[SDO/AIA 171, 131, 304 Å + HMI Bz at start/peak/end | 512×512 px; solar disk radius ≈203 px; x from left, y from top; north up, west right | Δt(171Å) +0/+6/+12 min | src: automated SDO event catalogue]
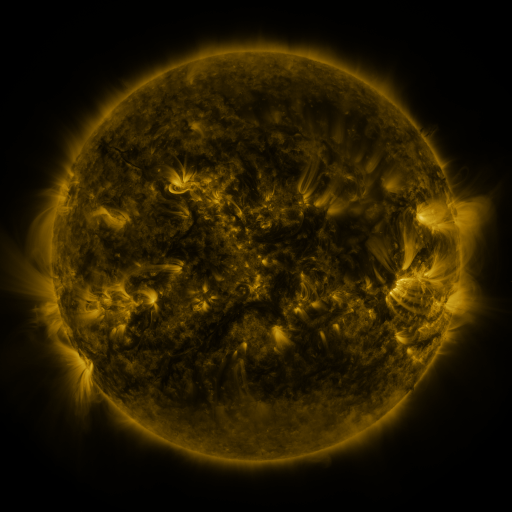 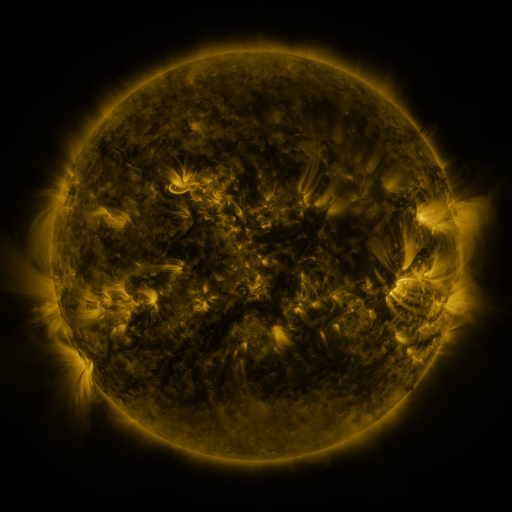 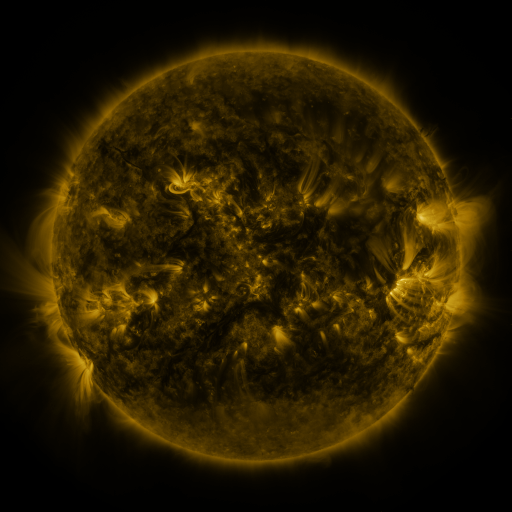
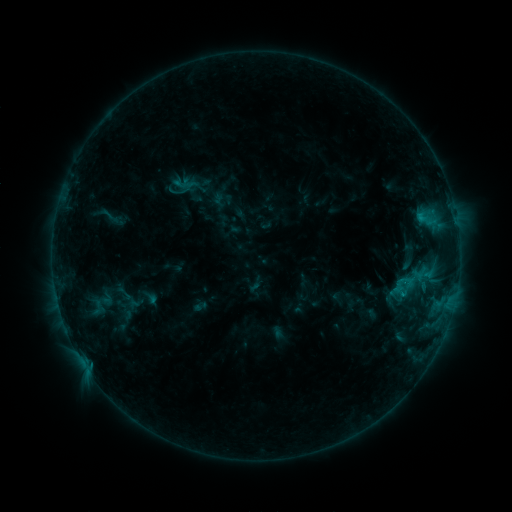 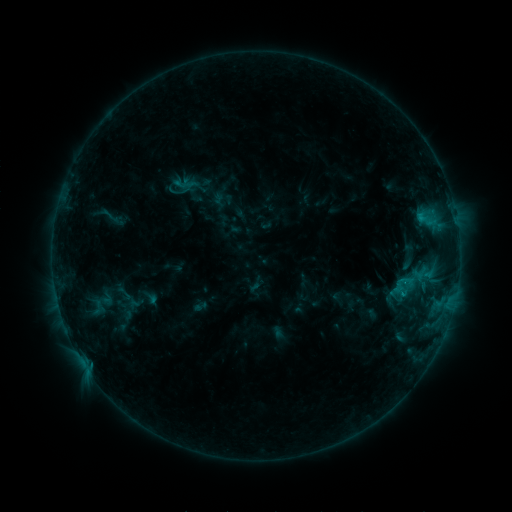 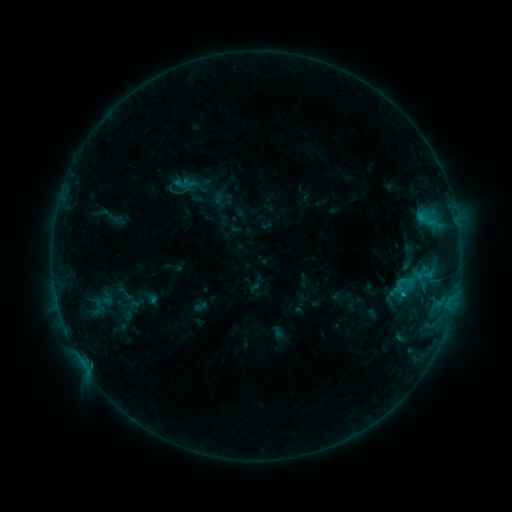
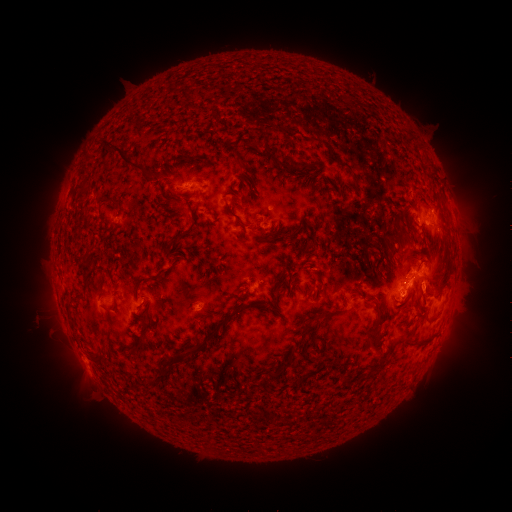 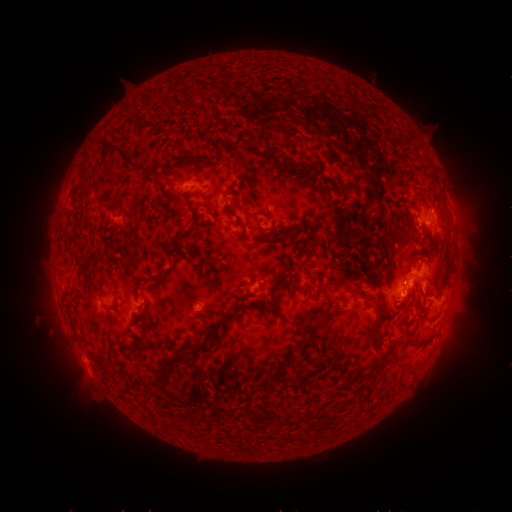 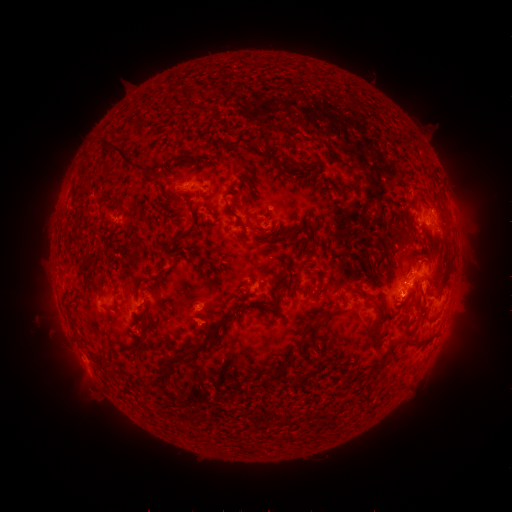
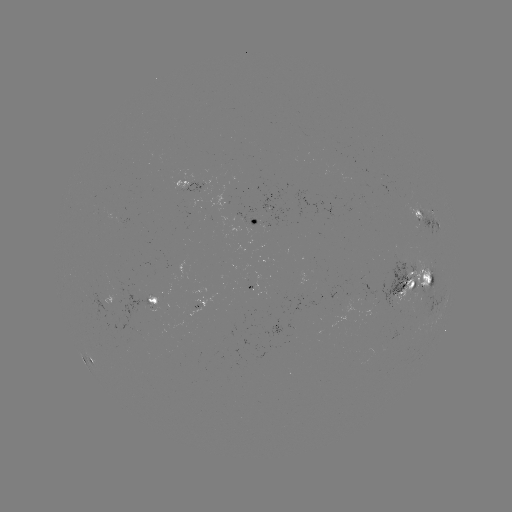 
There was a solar flare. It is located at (400, 295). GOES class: C1.2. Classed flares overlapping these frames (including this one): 1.